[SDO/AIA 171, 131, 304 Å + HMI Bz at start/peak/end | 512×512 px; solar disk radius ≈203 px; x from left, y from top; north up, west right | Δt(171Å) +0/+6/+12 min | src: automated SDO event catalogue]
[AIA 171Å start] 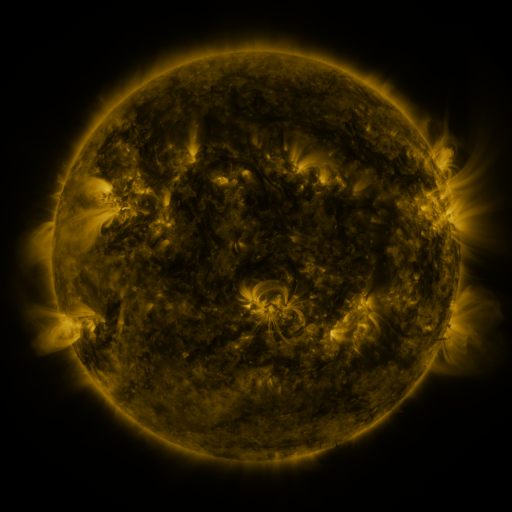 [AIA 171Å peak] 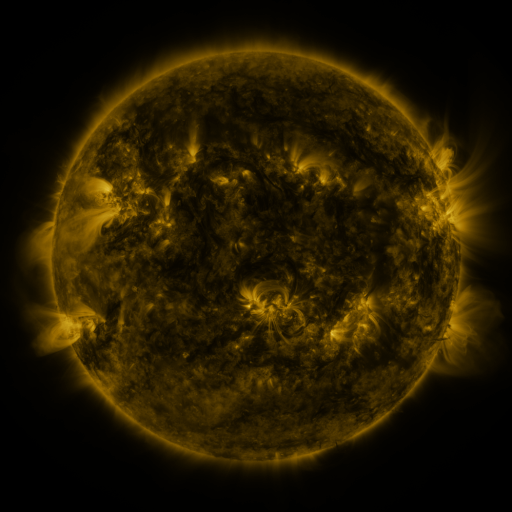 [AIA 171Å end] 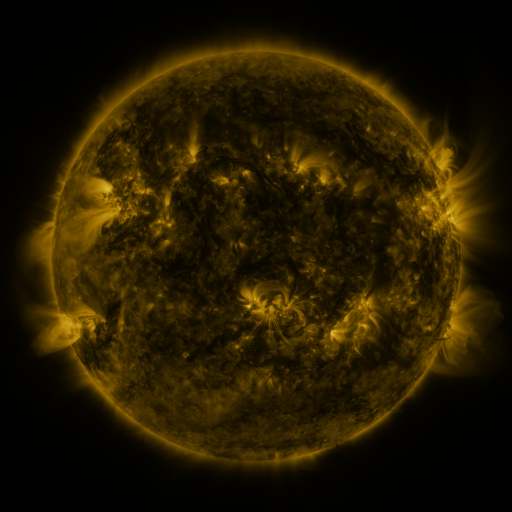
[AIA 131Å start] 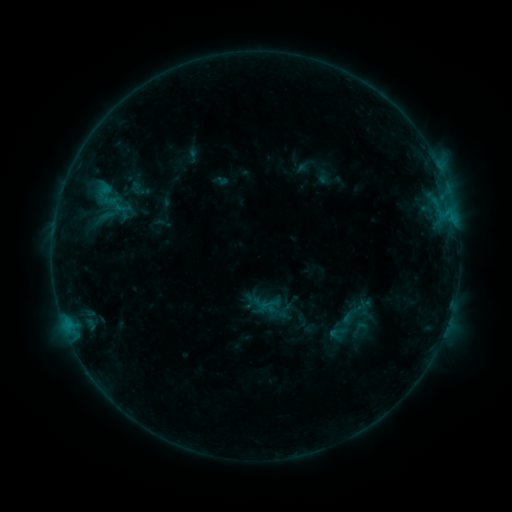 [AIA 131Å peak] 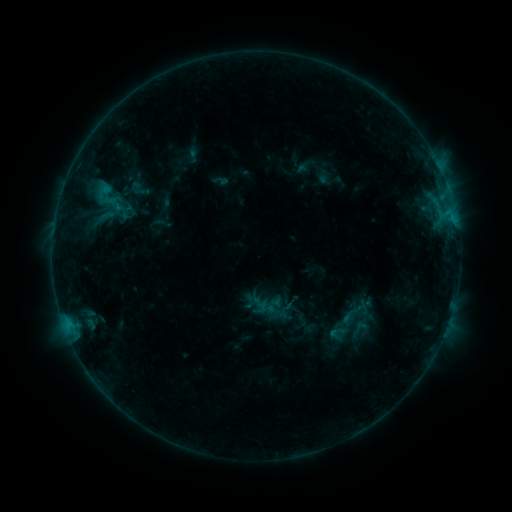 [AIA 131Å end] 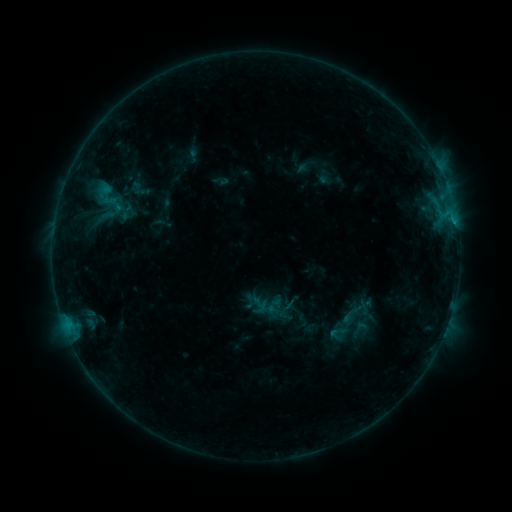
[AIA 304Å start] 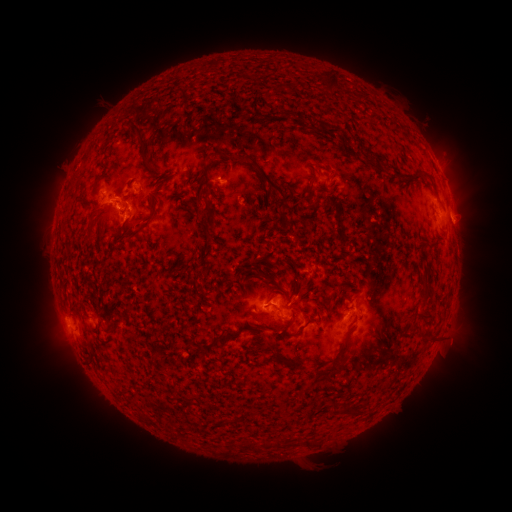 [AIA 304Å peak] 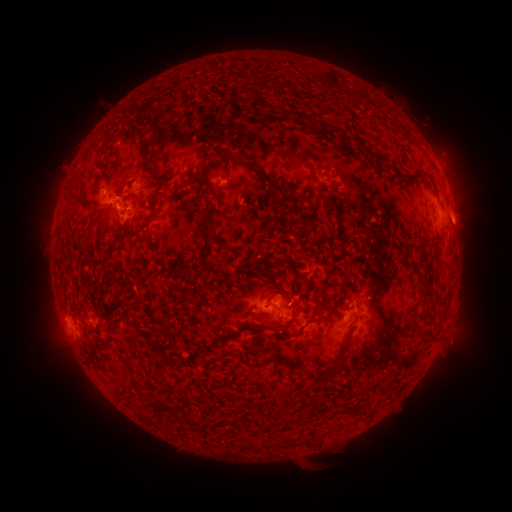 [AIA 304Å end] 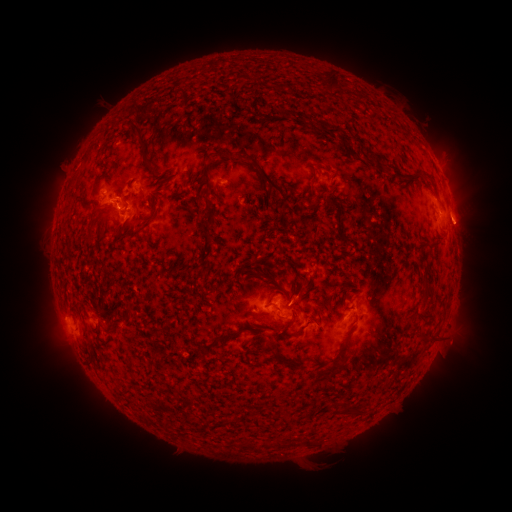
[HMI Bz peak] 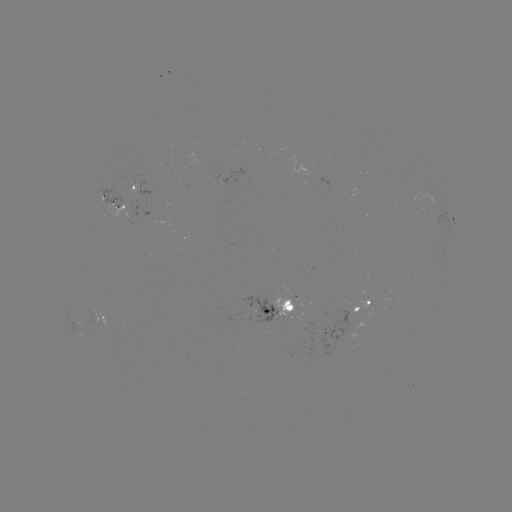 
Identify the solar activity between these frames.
eruption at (469, 224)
